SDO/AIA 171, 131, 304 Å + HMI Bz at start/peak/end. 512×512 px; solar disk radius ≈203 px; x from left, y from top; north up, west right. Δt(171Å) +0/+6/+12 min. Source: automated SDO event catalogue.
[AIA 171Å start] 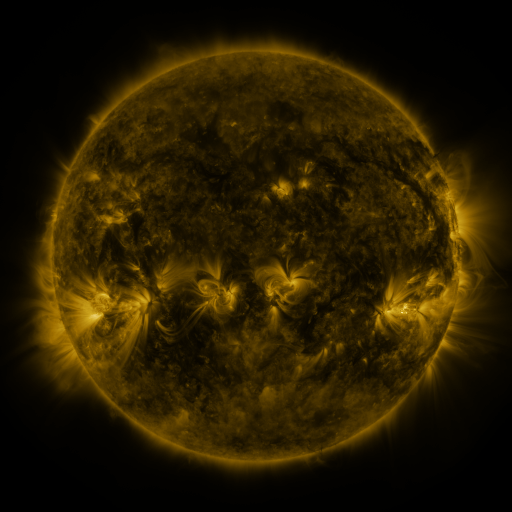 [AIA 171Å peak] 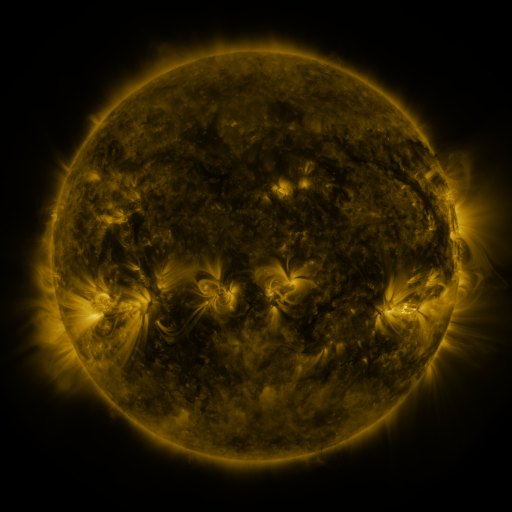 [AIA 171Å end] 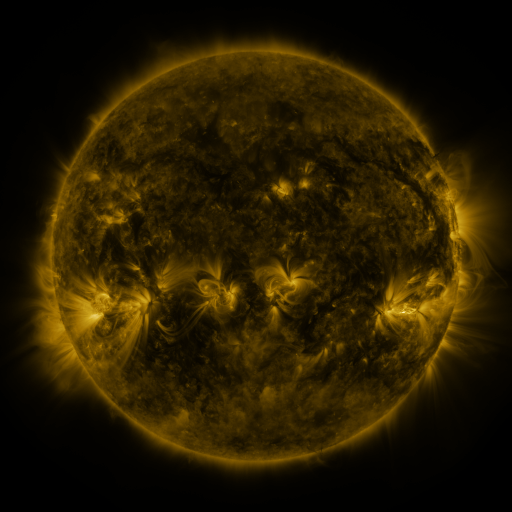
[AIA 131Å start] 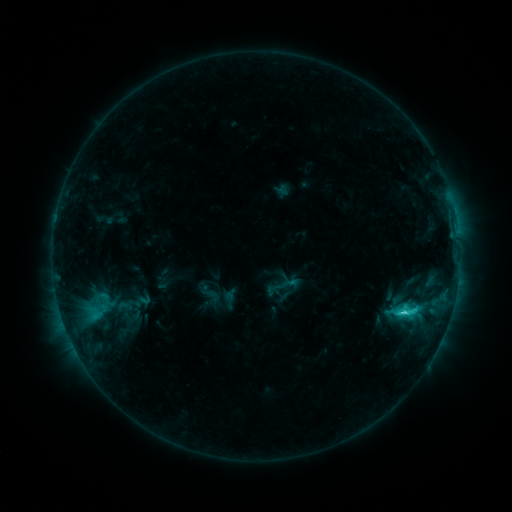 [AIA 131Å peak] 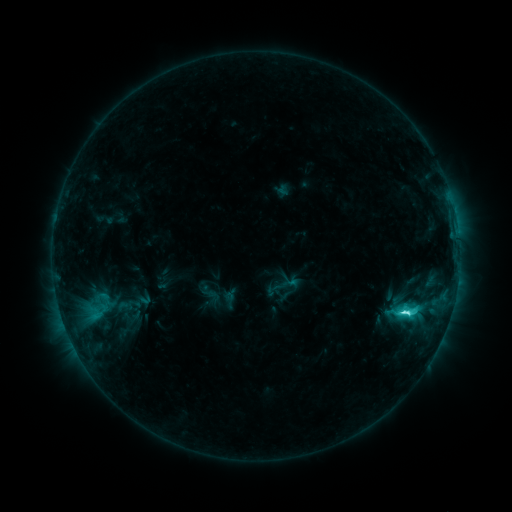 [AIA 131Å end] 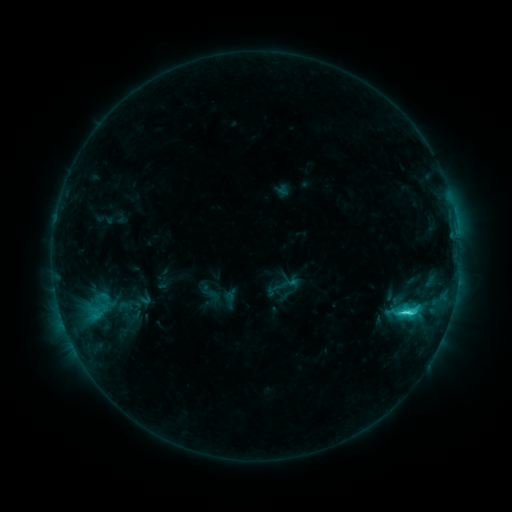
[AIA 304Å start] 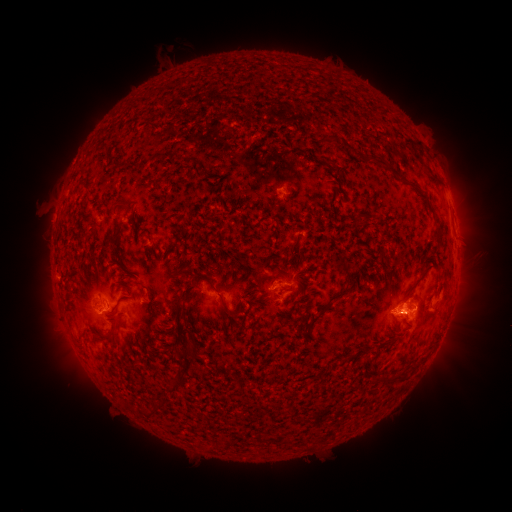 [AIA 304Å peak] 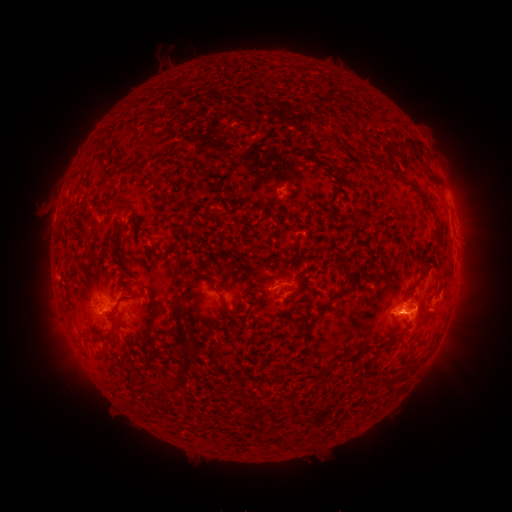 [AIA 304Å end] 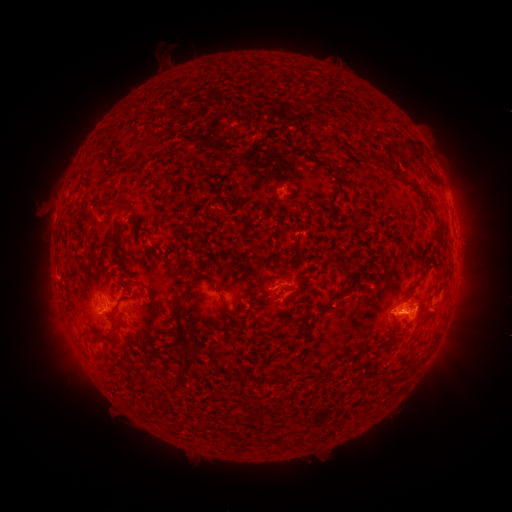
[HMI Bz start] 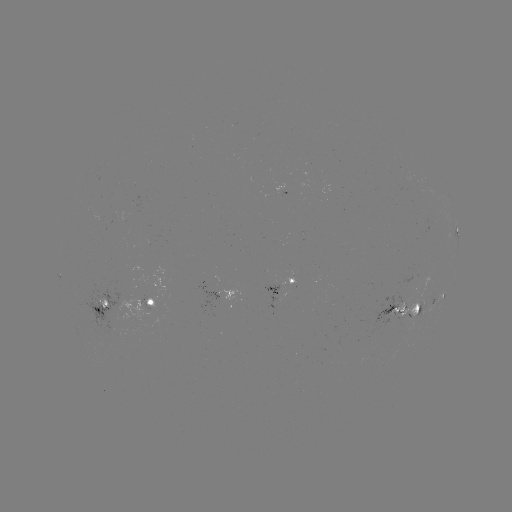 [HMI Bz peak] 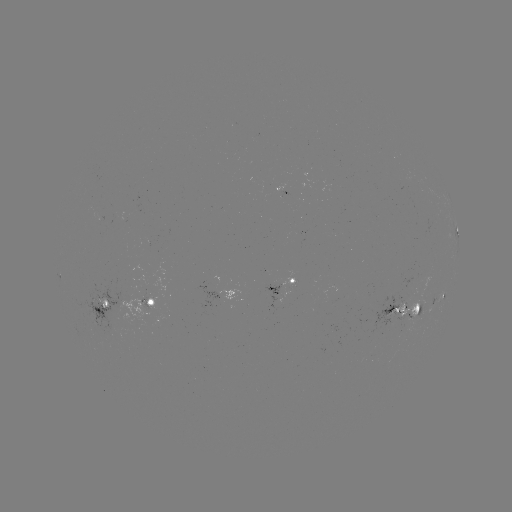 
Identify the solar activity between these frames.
C4.7 flare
